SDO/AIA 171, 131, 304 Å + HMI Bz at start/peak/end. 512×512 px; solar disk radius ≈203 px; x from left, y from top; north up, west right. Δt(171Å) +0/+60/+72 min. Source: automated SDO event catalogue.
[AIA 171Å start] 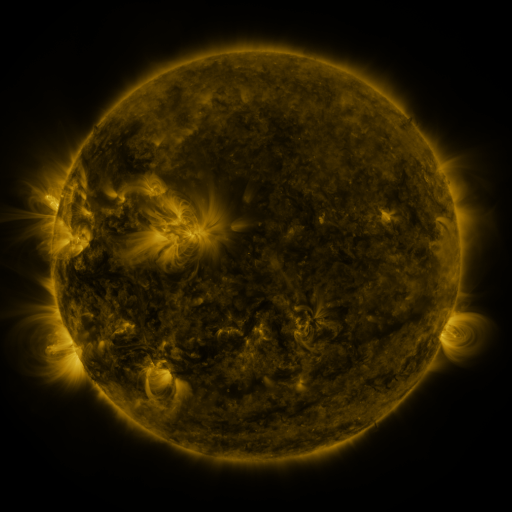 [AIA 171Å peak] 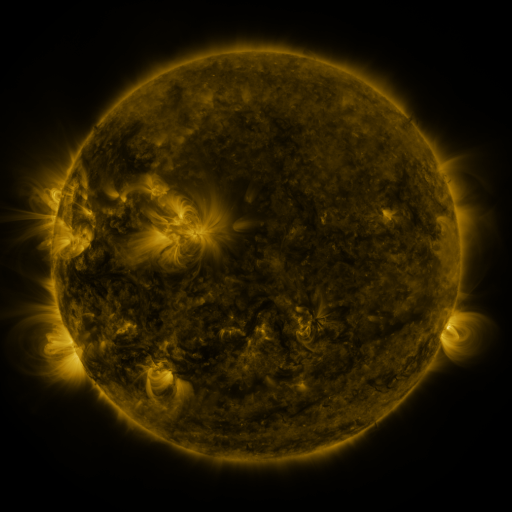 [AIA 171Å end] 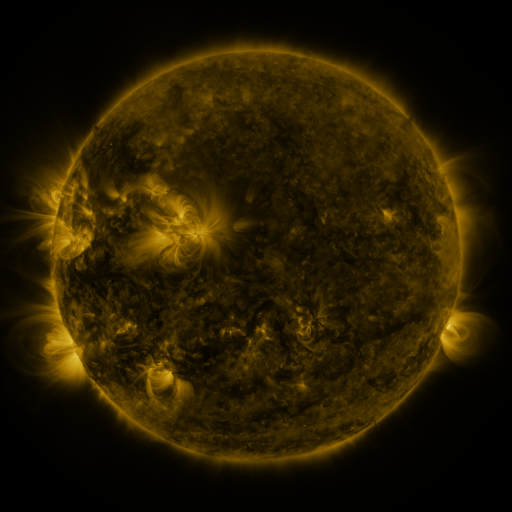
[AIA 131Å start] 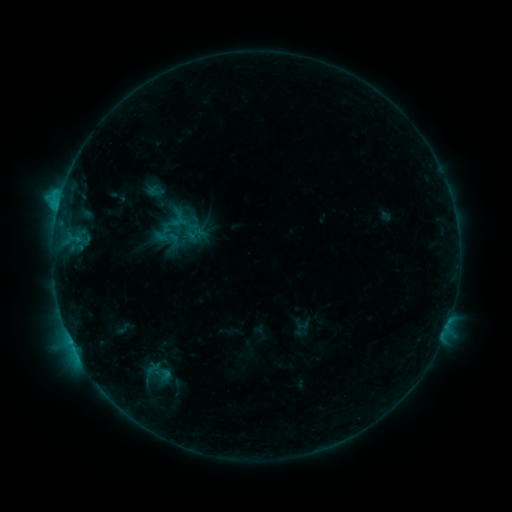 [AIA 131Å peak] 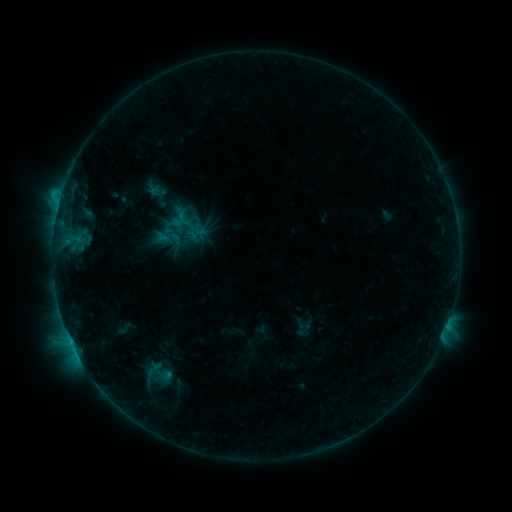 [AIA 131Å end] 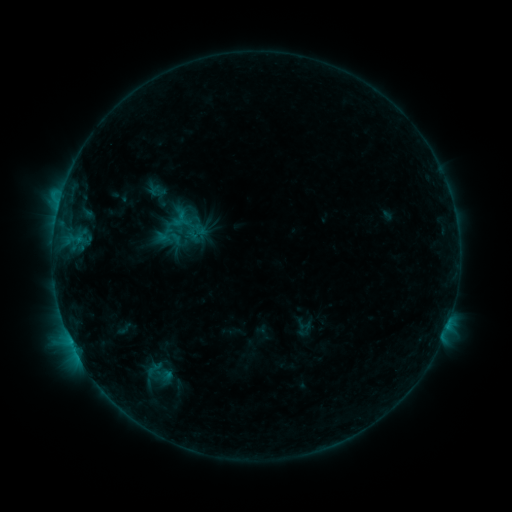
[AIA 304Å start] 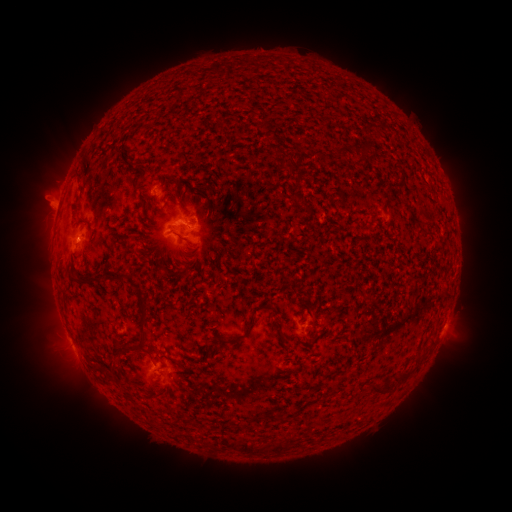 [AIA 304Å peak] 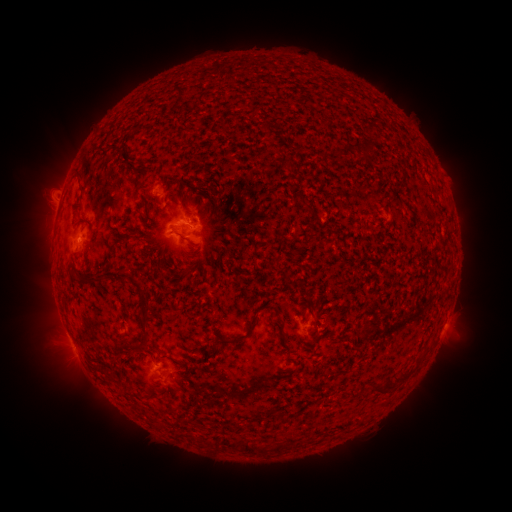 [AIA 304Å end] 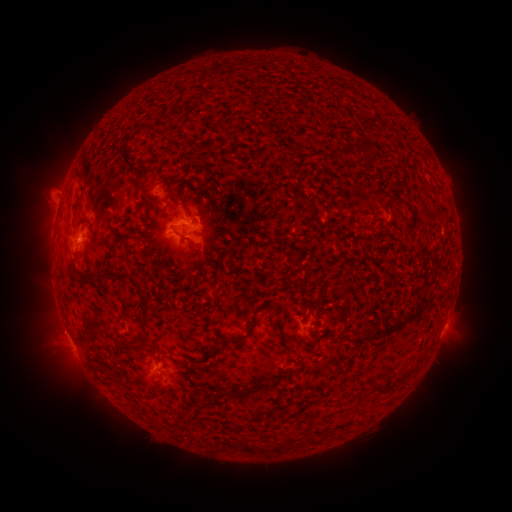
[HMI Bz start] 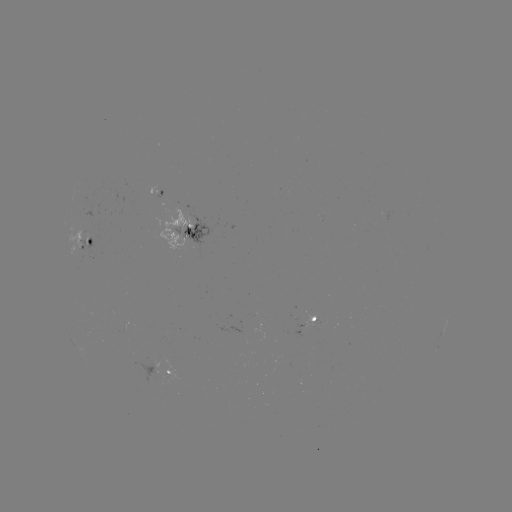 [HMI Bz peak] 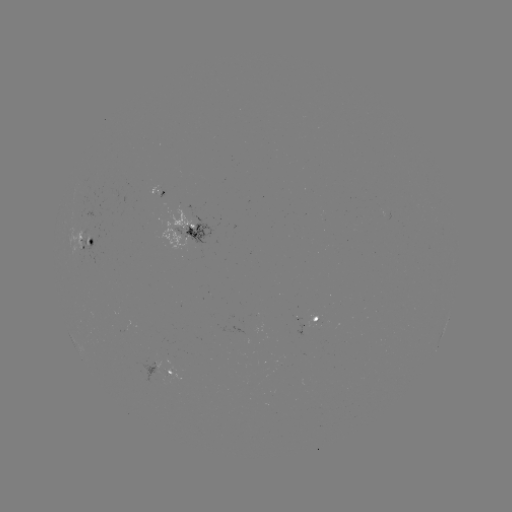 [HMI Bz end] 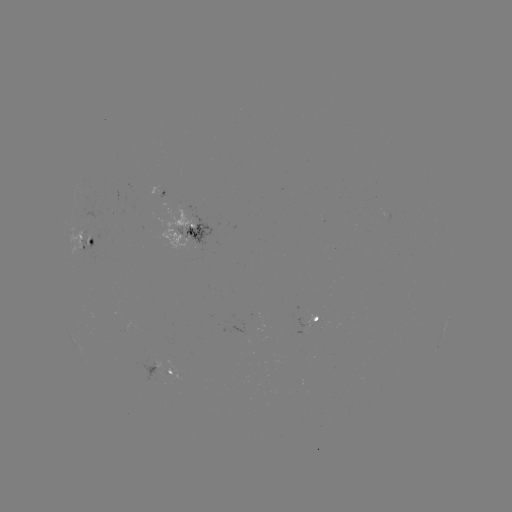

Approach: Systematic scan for emerging-flux region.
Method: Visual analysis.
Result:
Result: emerging-flux region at (315, 320).